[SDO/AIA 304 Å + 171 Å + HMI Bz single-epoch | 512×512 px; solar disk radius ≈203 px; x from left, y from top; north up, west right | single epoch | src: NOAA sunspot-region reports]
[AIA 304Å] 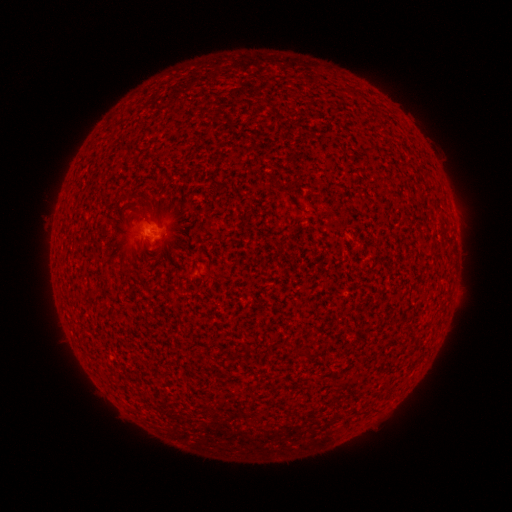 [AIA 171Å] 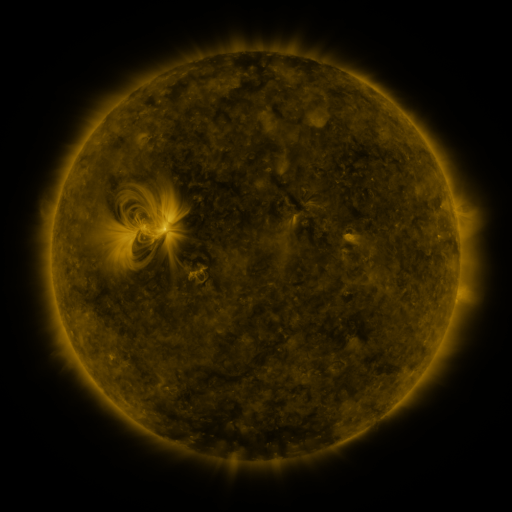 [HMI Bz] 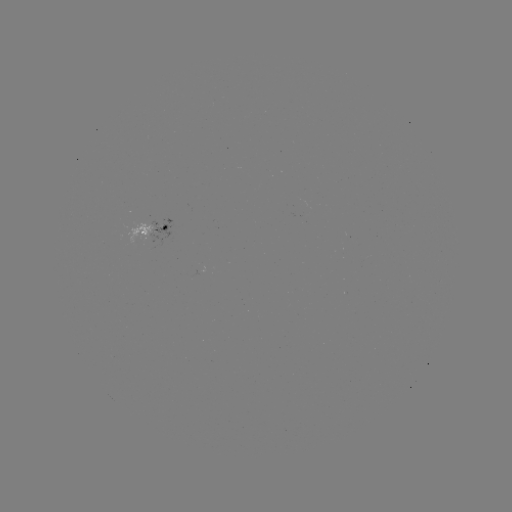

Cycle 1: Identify spotted active region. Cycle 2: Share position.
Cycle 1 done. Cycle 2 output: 157,229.